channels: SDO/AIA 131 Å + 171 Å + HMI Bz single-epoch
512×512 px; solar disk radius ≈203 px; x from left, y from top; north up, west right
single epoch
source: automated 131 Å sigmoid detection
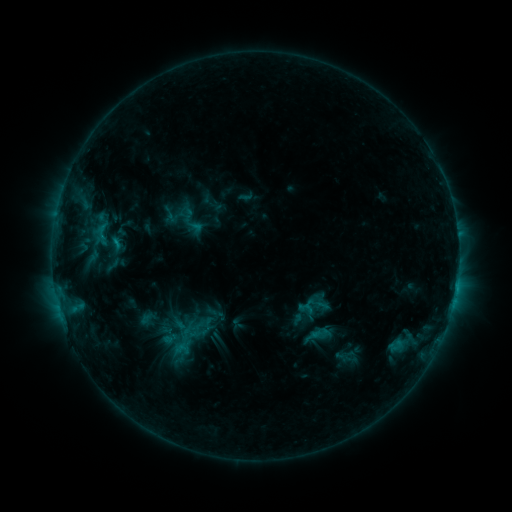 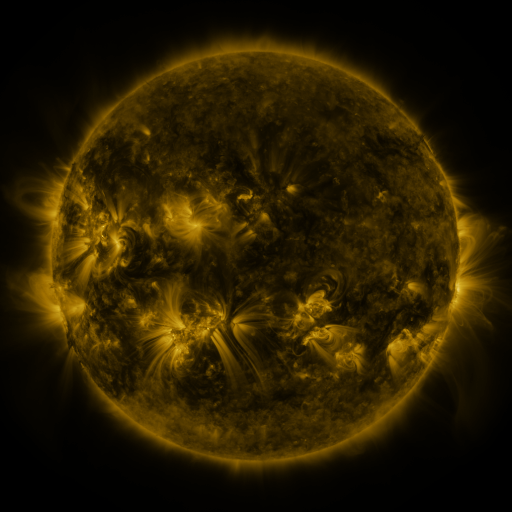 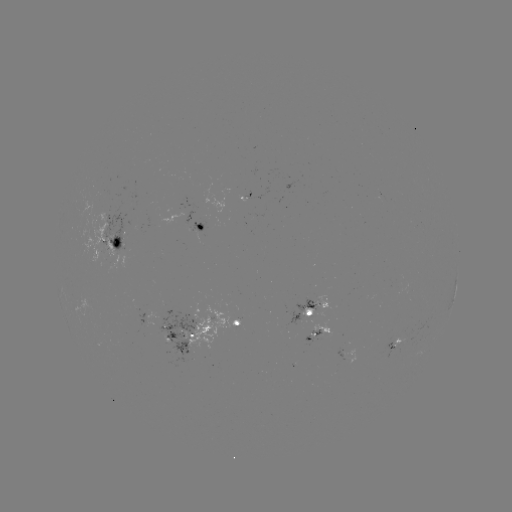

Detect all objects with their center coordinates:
sigmoid: [92, 222, 113, 245]
